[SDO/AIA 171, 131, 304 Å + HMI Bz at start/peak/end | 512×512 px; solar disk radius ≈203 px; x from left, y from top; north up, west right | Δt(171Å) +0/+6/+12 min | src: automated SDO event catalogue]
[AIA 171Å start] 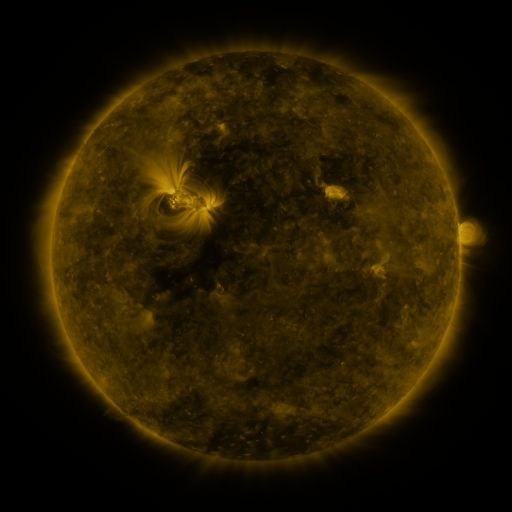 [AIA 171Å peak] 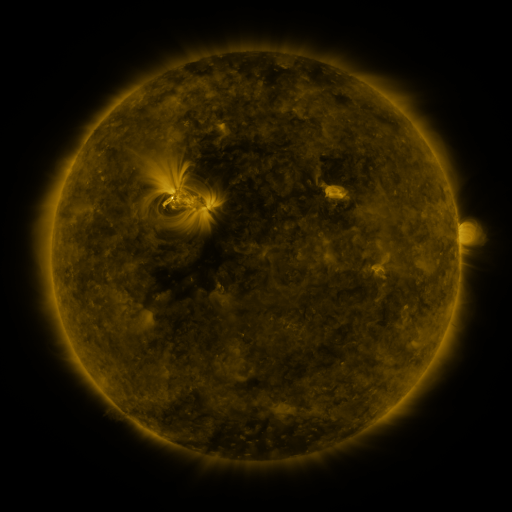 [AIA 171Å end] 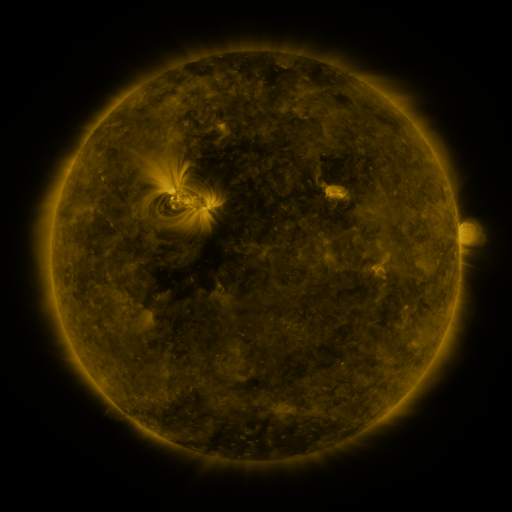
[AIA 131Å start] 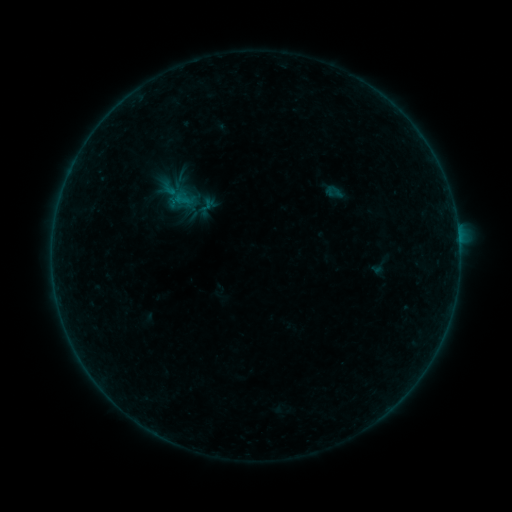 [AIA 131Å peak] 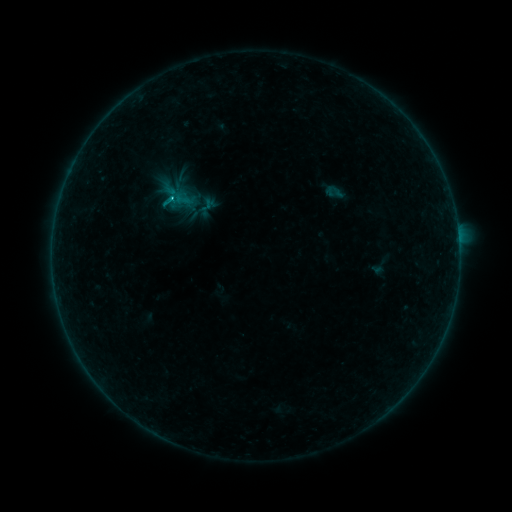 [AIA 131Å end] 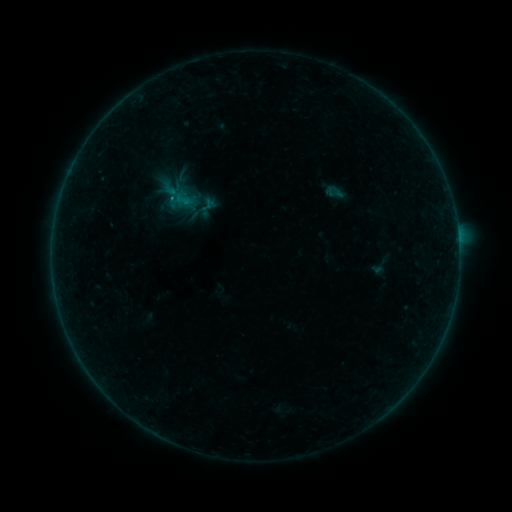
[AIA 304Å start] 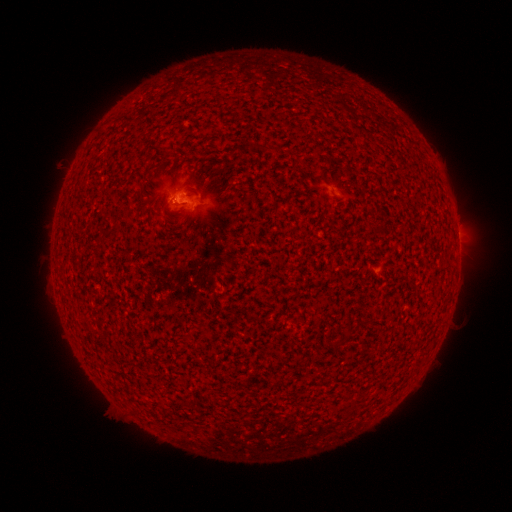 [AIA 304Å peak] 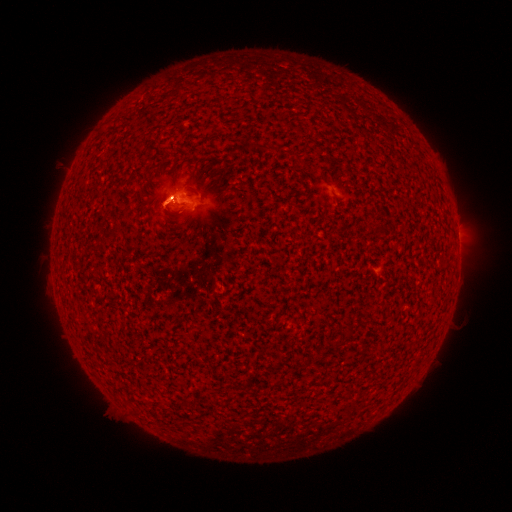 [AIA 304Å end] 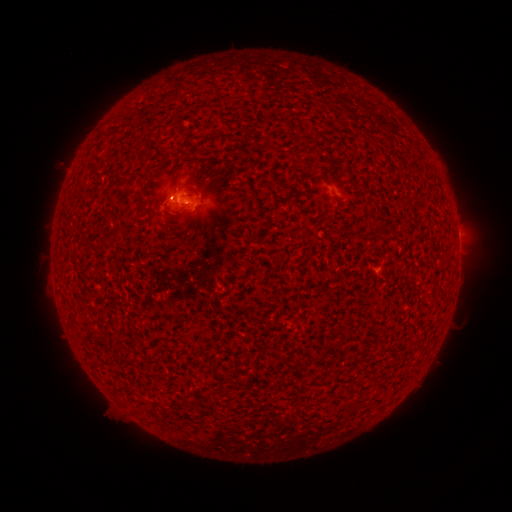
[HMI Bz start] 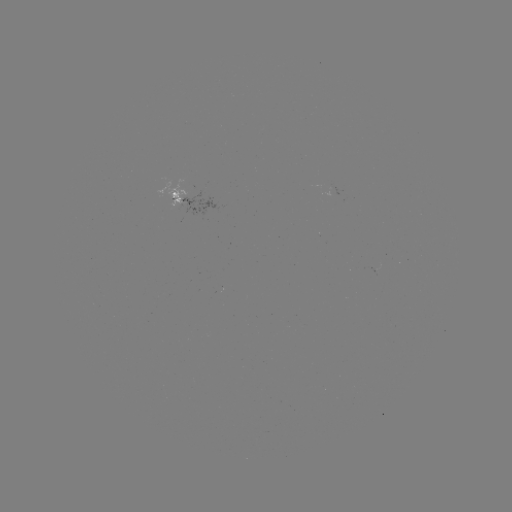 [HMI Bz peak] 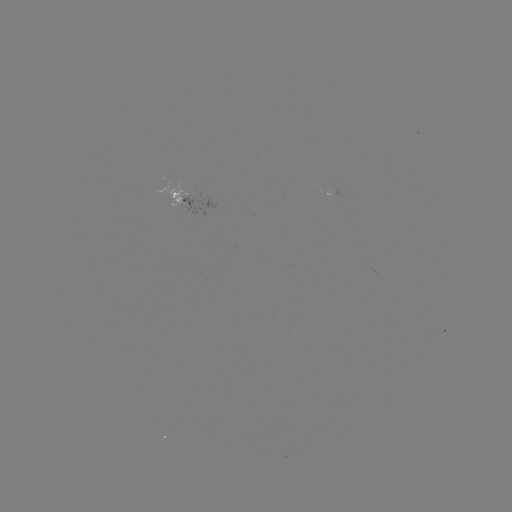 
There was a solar flare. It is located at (172, 199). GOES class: B7.0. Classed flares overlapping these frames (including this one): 1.